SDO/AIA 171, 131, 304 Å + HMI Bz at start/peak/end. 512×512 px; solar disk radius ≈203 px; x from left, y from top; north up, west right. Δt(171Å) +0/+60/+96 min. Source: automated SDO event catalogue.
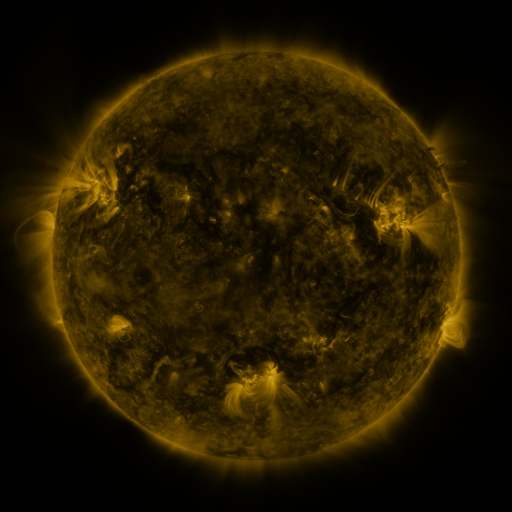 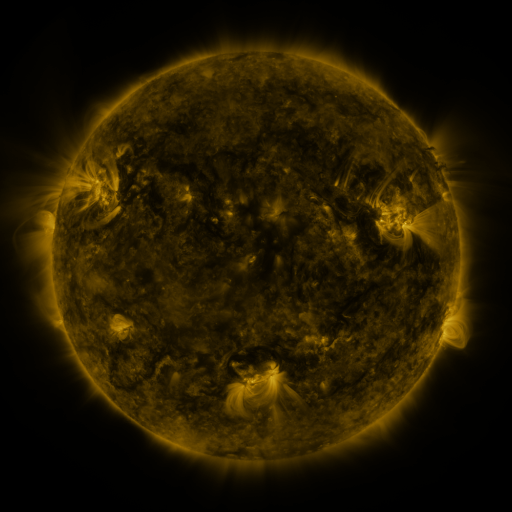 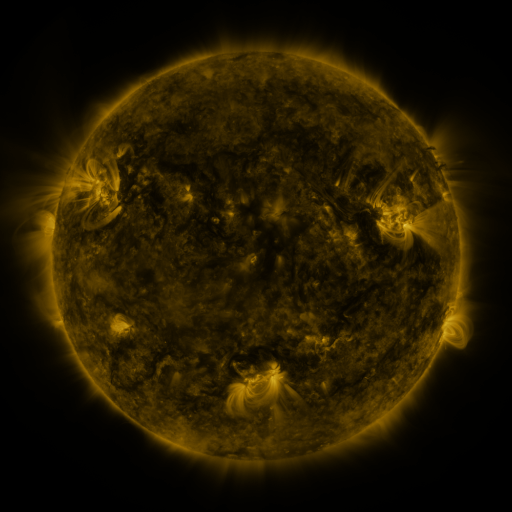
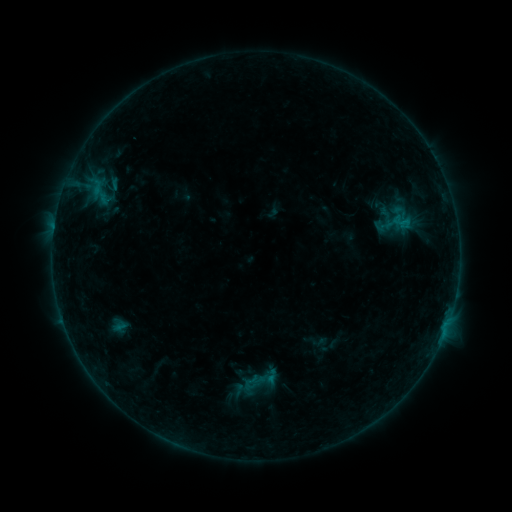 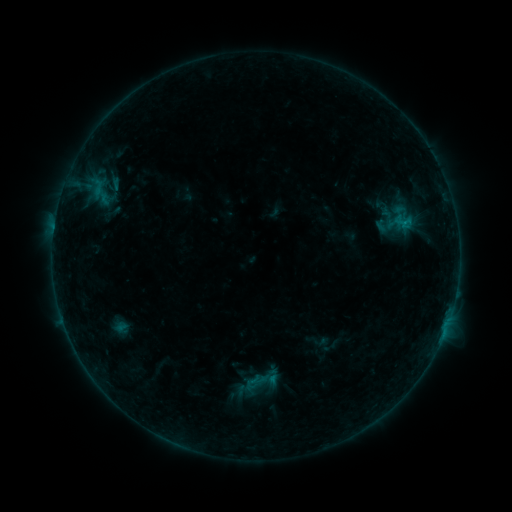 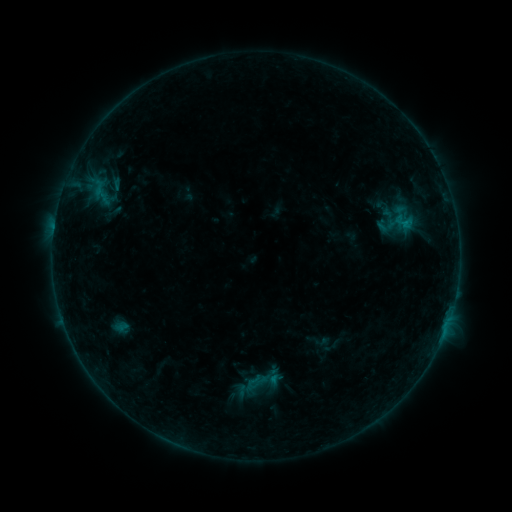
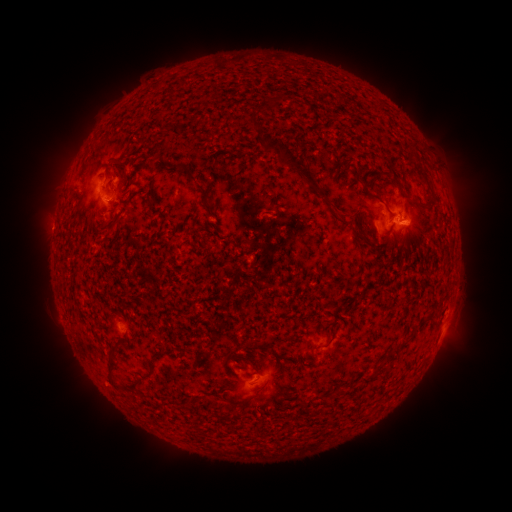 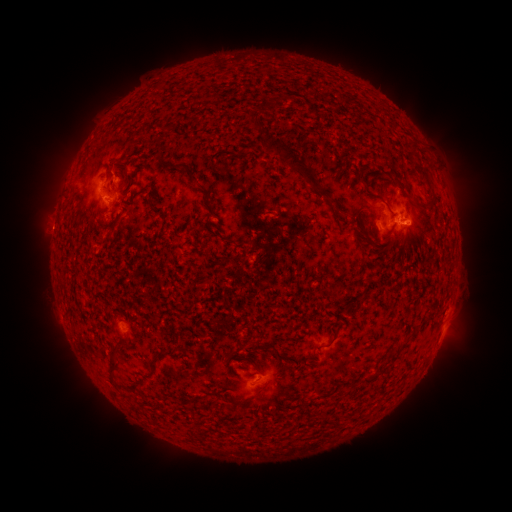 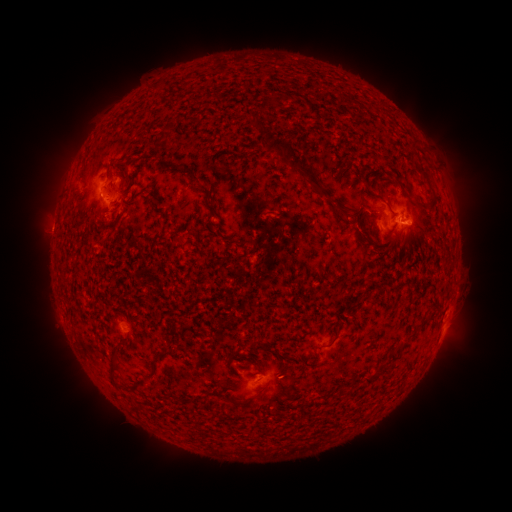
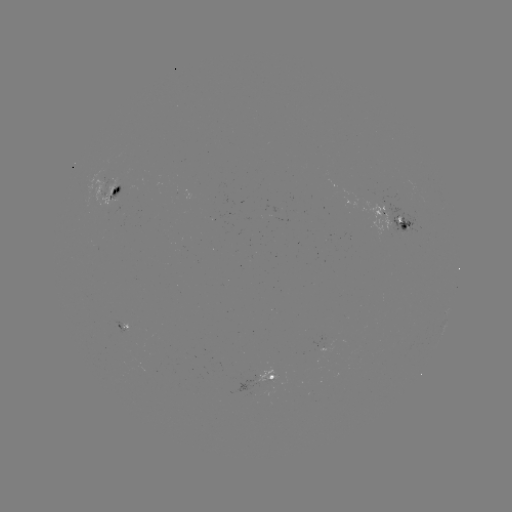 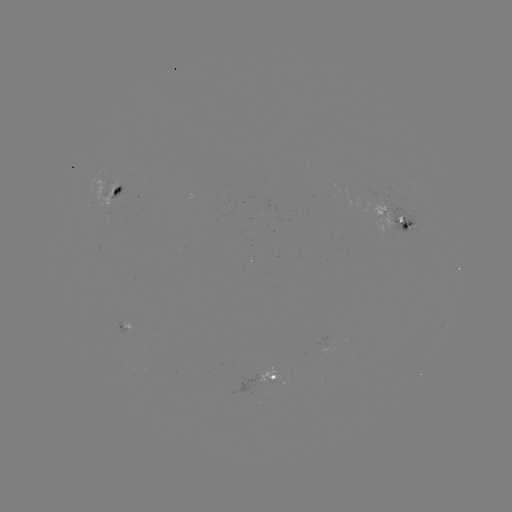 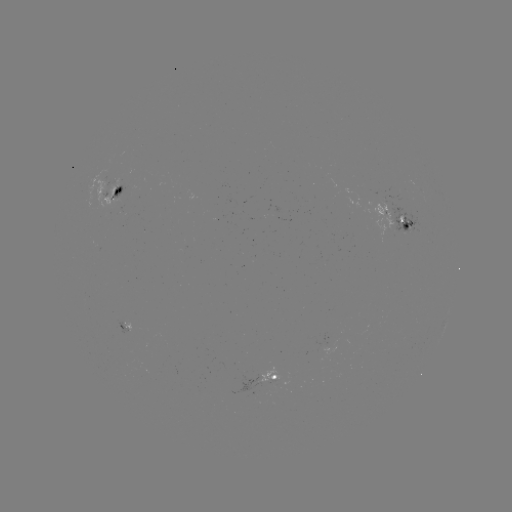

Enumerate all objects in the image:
emerging-flux region: (383, 214)
